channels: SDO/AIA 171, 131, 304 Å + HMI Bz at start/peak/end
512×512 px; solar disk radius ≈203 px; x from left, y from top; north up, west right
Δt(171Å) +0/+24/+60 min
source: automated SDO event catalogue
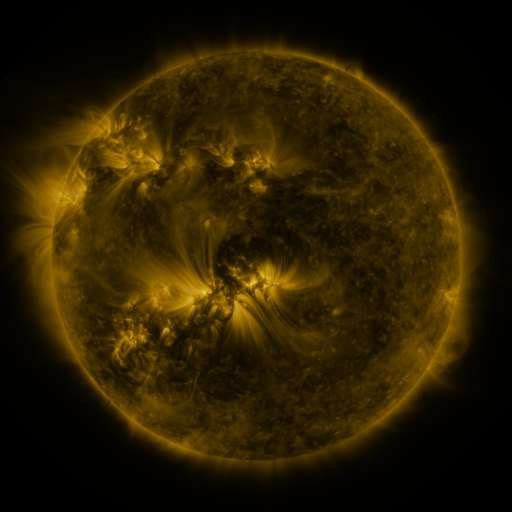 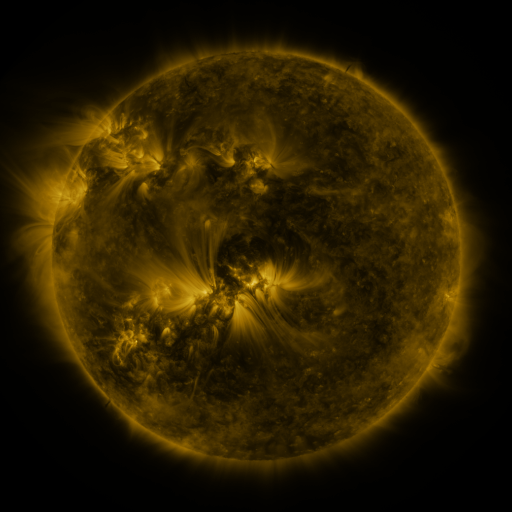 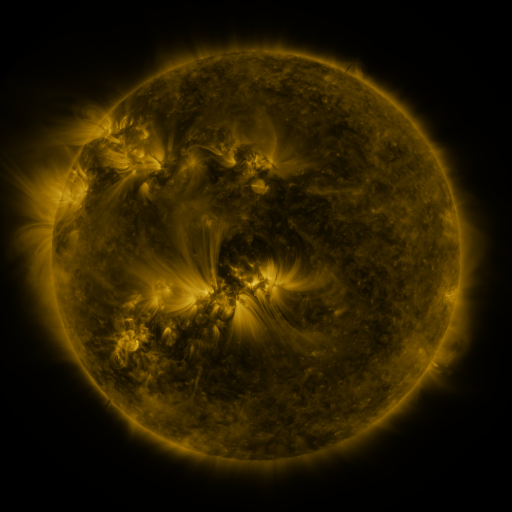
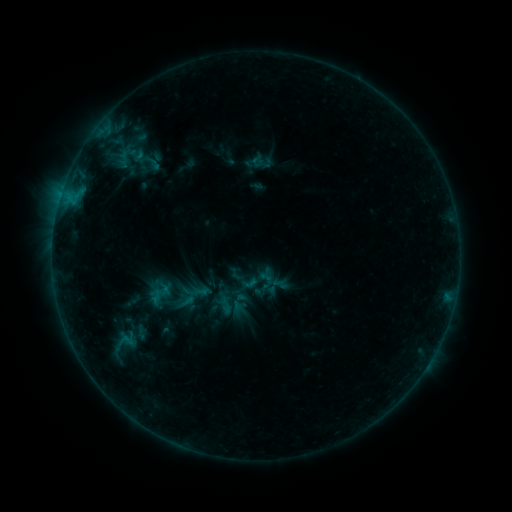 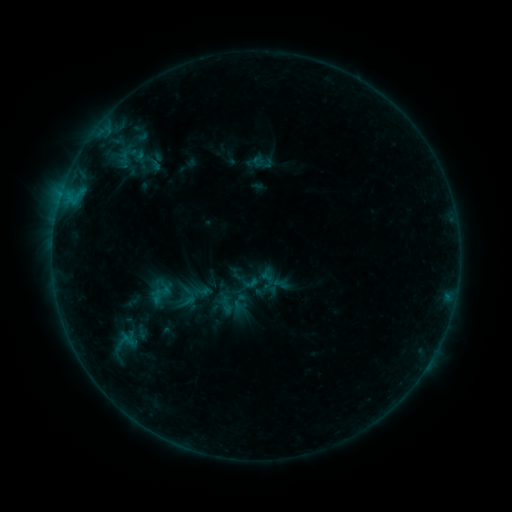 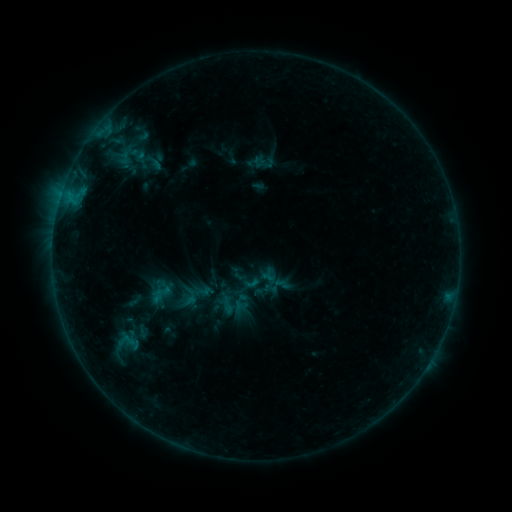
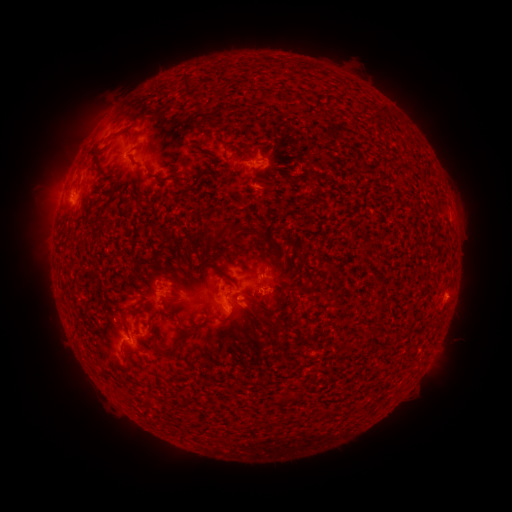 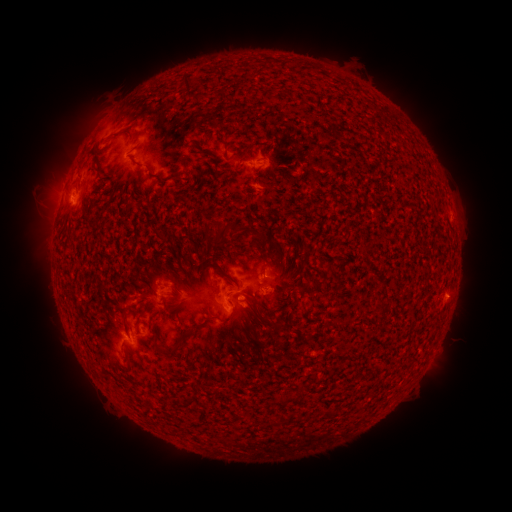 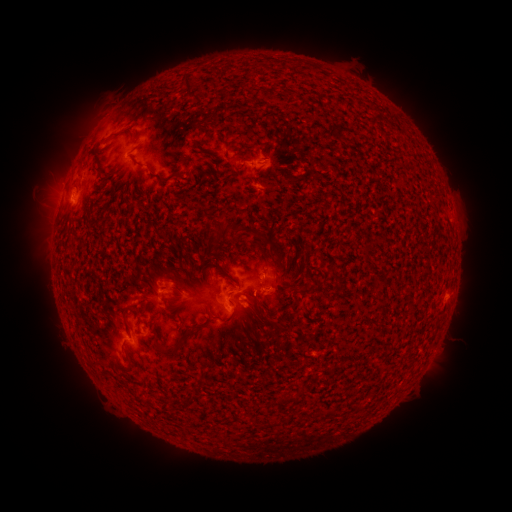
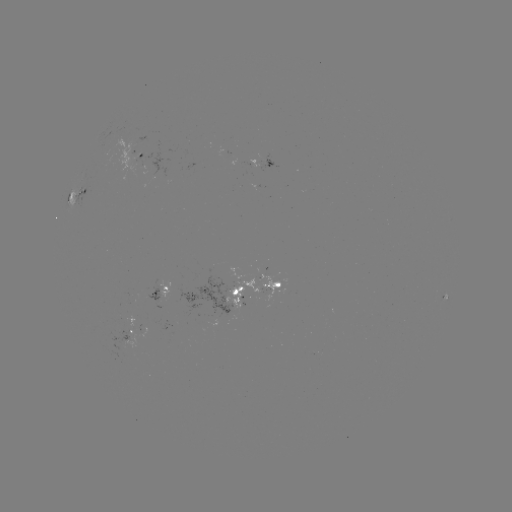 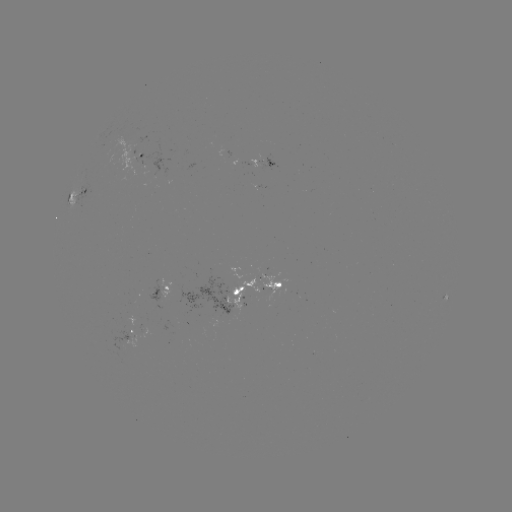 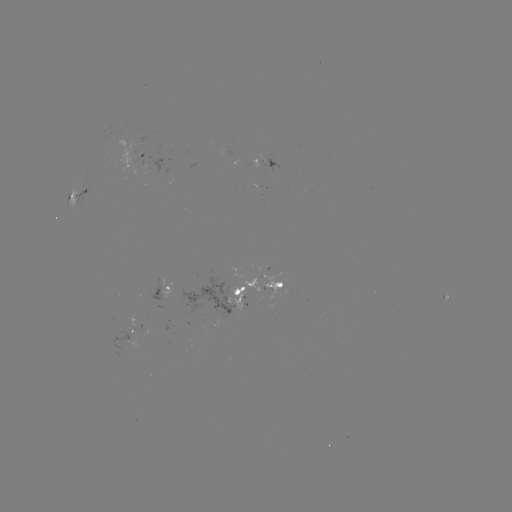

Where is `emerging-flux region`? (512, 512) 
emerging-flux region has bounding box [231, 277, 259, 309].